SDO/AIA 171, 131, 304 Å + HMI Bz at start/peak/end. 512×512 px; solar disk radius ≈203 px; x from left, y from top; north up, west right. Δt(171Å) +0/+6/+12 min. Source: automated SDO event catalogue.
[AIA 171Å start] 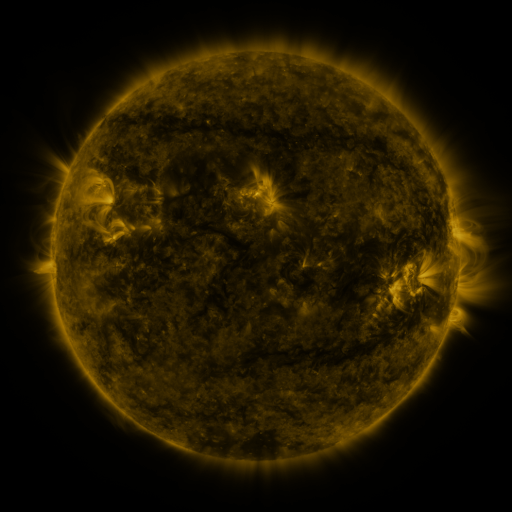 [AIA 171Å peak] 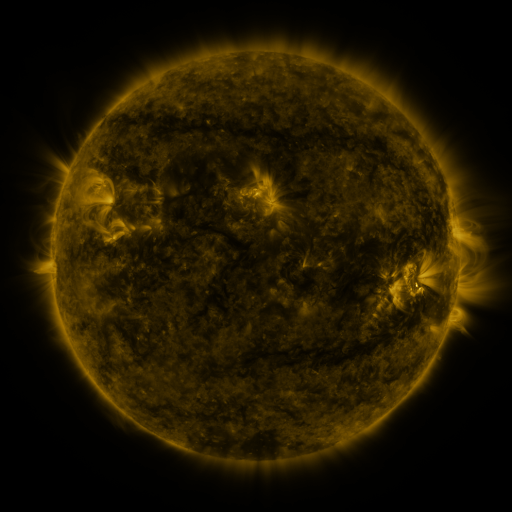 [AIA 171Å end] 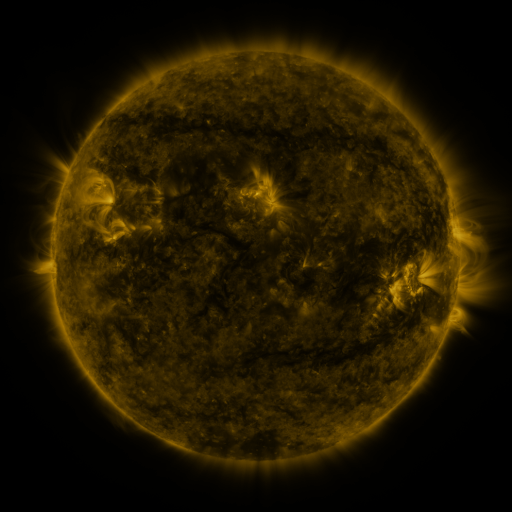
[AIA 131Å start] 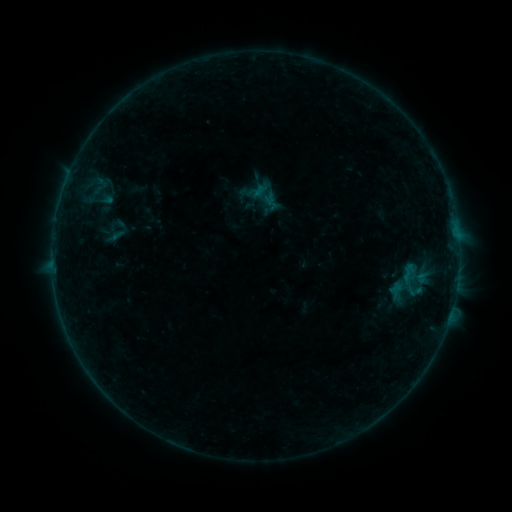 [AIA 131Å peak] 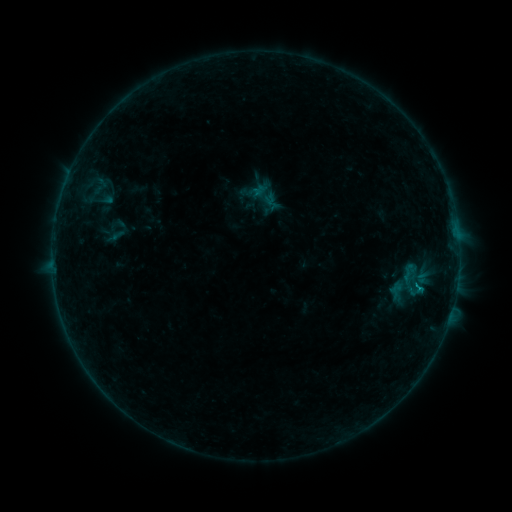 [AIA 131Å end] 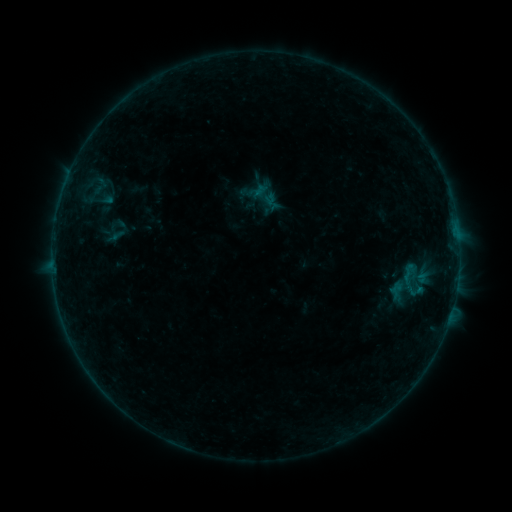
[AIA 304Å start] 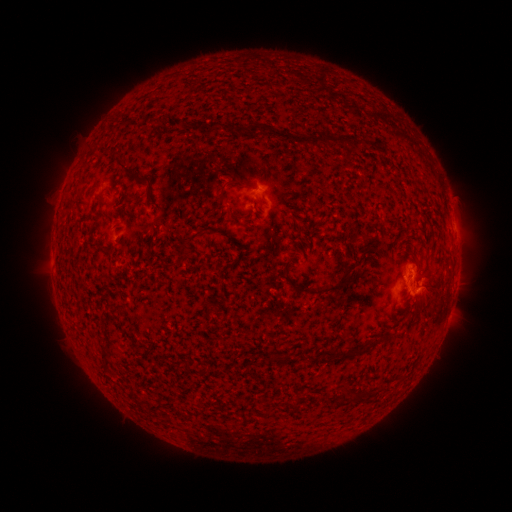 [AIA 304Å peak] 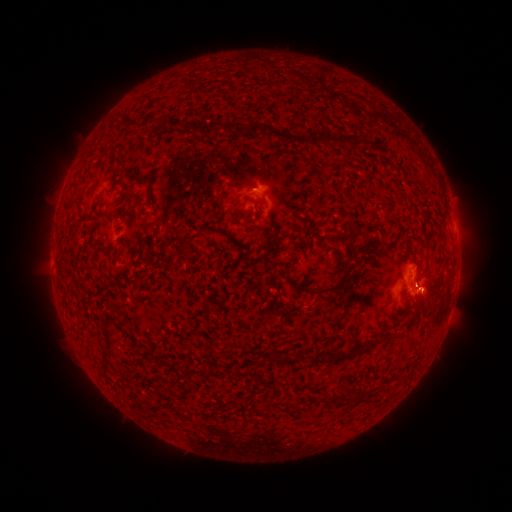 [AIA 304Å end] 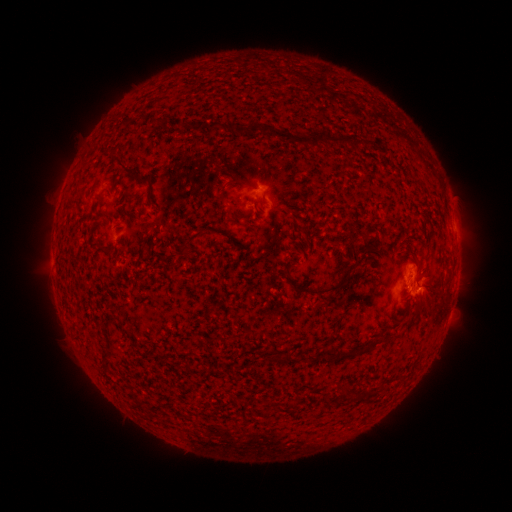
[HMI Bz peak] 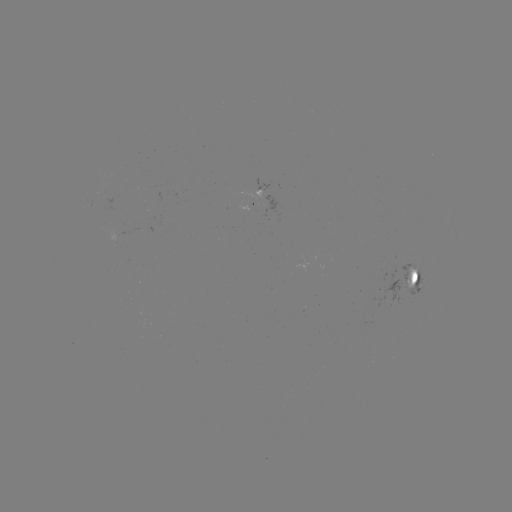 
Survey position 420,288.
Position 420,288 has B2.7 flare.